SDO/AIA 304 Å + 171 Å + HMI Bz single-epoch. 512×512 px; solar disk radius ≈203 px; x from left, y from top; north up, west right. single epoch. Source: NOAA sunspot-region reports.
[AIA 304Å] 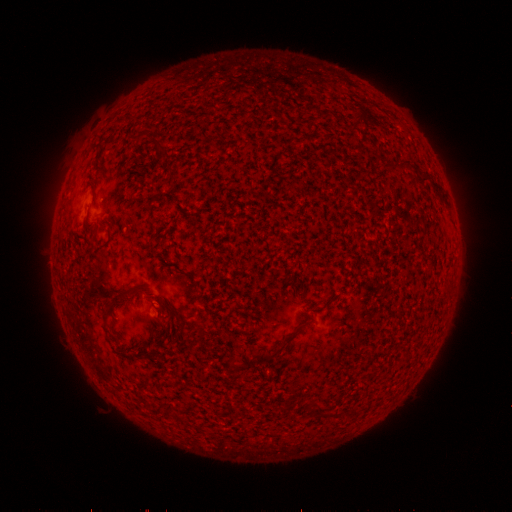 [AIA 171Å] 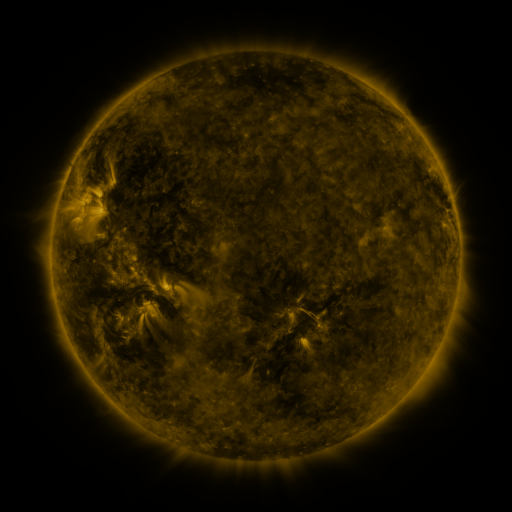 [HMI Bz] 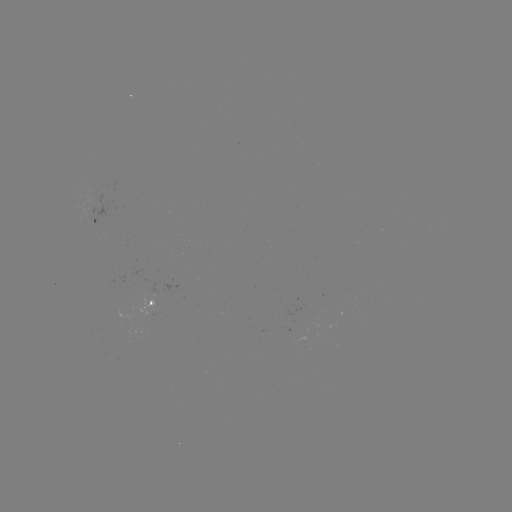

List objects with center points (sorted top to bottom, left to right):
spotted active region: (96, 224)
spotted active region: (152, 302)
